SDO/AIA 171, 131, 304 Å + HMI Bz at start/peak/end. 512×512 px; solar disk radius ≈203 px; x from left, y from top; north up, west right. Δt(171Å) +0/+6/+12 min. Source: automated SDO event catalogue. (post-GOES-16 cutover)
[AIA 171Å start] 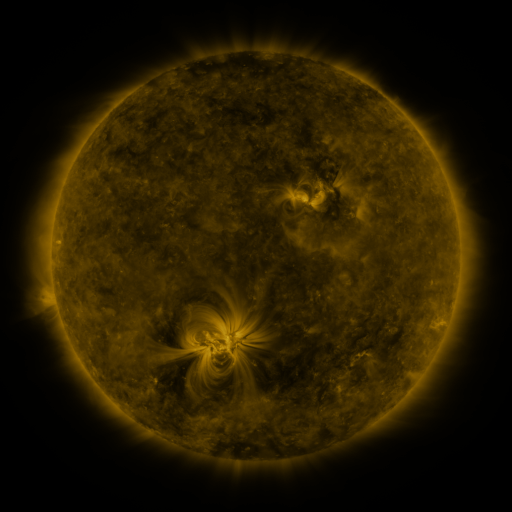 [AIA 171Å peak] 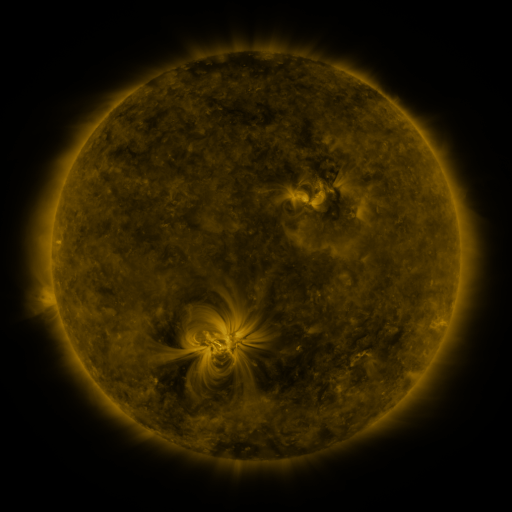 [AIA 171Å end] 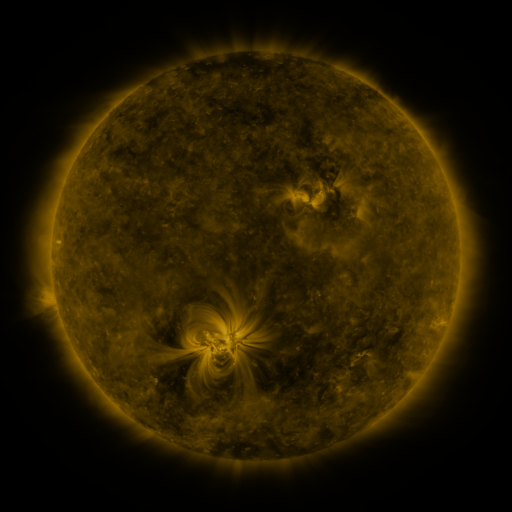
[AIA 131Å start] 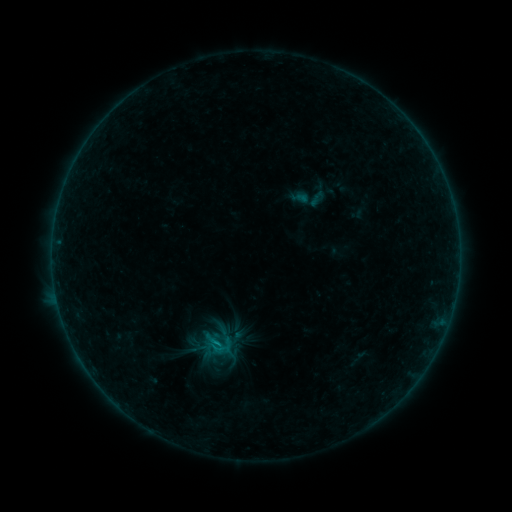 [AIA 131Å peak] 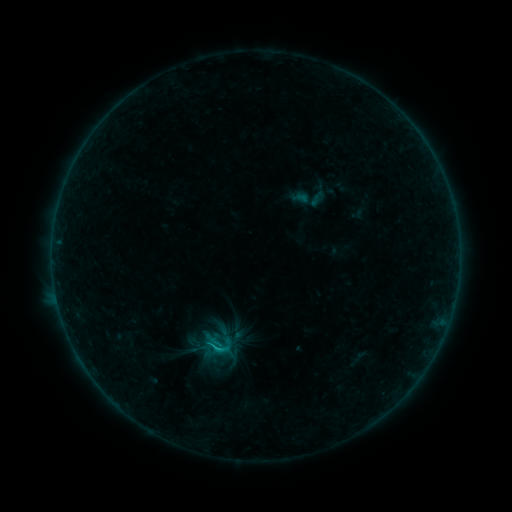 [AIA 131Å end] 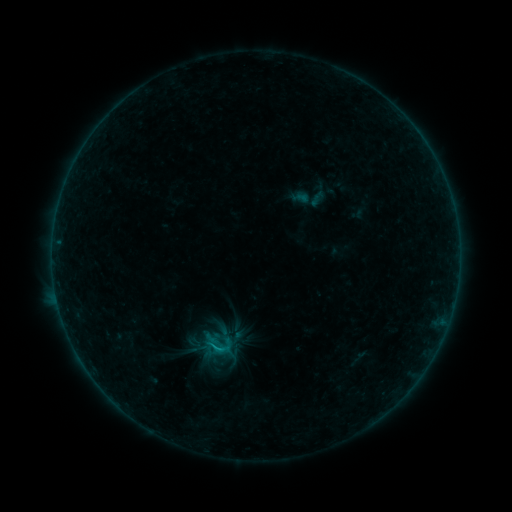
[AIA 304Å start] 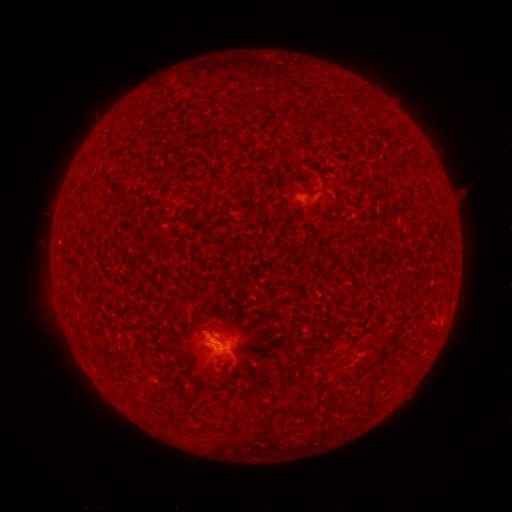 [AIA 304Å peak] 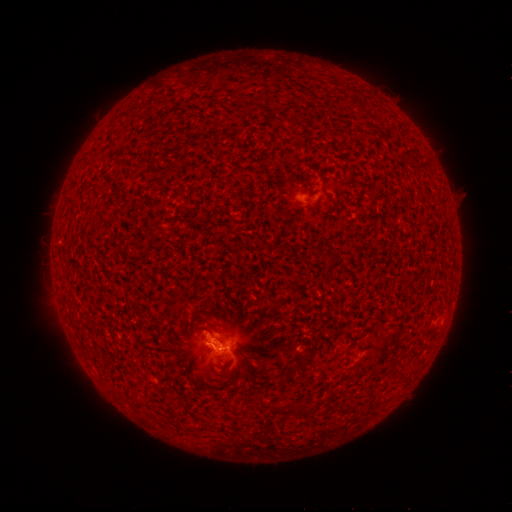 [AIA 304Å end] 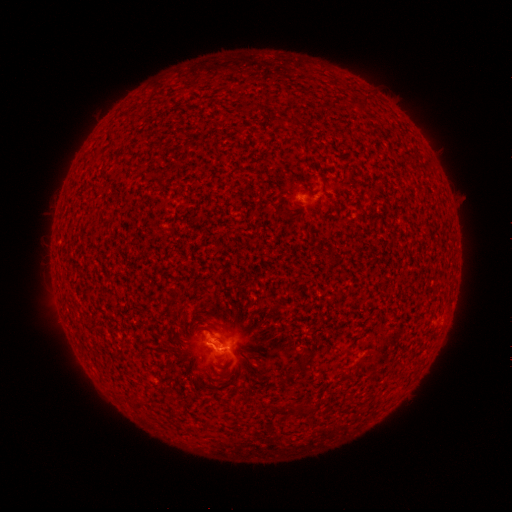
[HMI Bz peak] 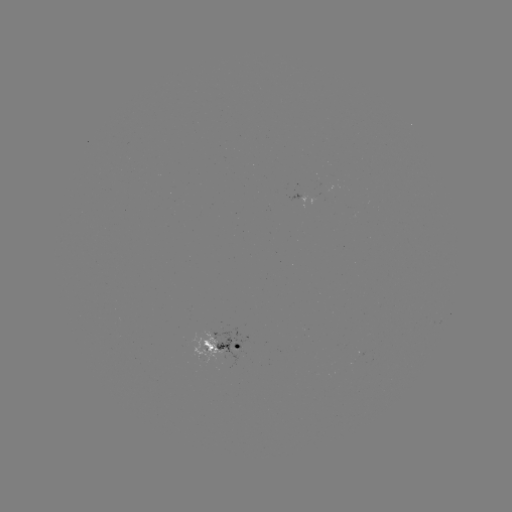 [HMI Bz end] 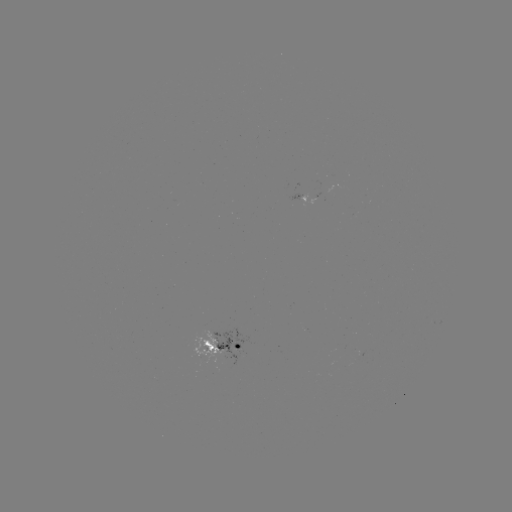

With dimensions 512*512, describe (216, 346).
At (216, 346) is B6.3 flare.